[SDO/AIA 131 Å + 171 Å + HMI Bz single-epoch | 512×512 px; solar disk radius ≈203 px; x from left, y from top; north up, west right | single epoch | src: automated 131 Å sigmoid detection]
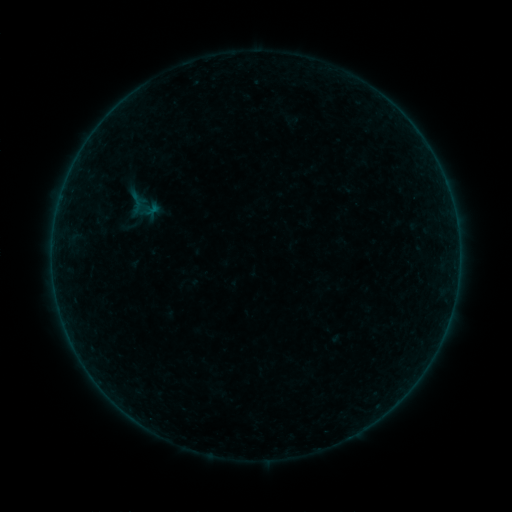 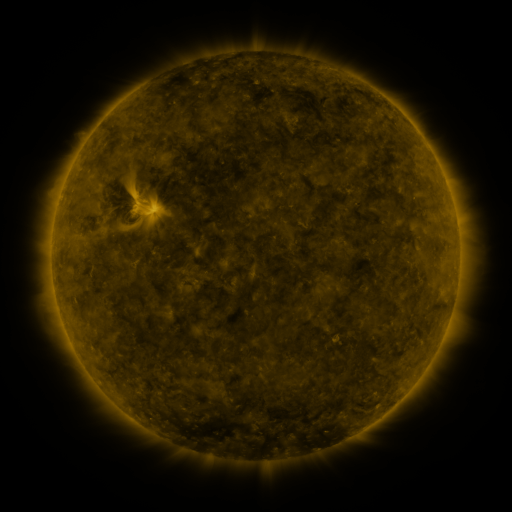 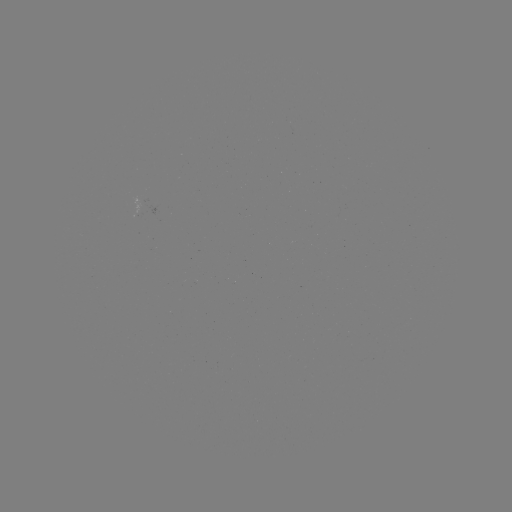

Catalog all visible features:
sigmoid: (125, 190, 148, 214)
sigmoid: (89, 206, 107, 224)
